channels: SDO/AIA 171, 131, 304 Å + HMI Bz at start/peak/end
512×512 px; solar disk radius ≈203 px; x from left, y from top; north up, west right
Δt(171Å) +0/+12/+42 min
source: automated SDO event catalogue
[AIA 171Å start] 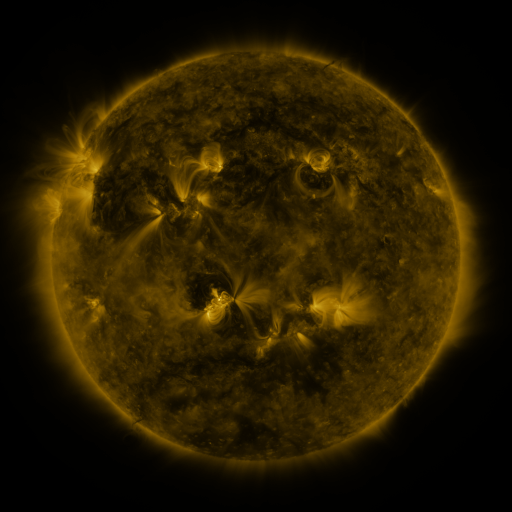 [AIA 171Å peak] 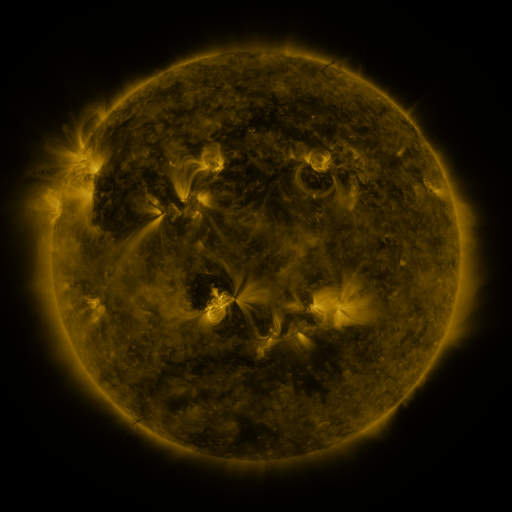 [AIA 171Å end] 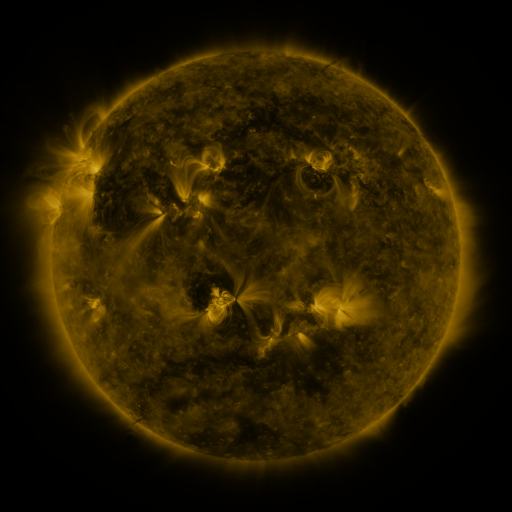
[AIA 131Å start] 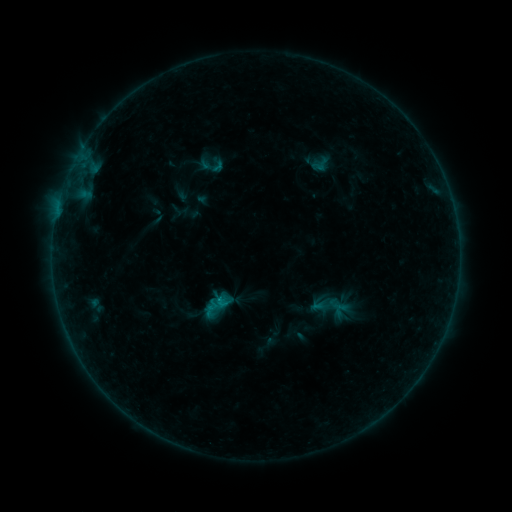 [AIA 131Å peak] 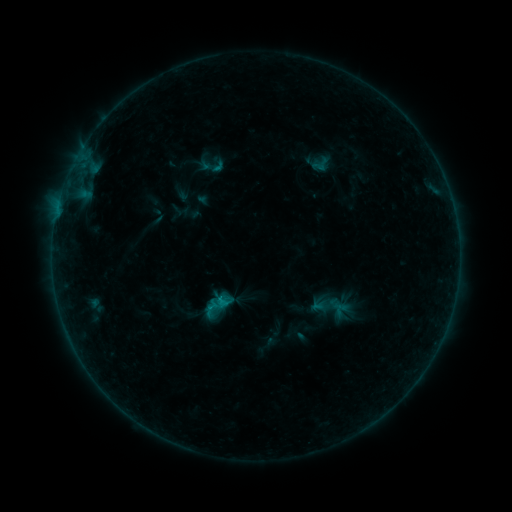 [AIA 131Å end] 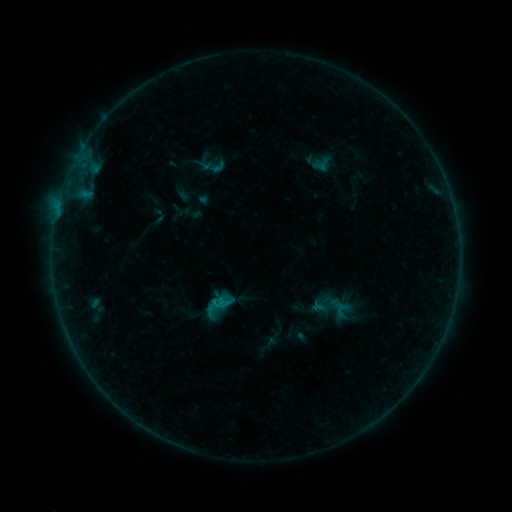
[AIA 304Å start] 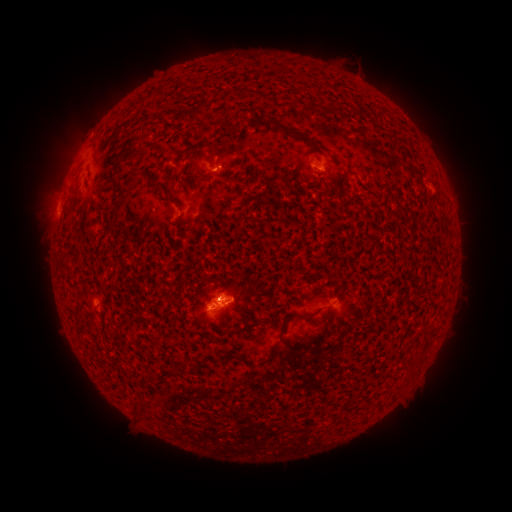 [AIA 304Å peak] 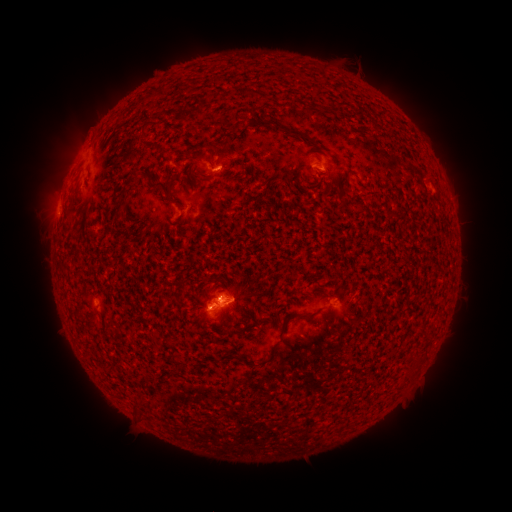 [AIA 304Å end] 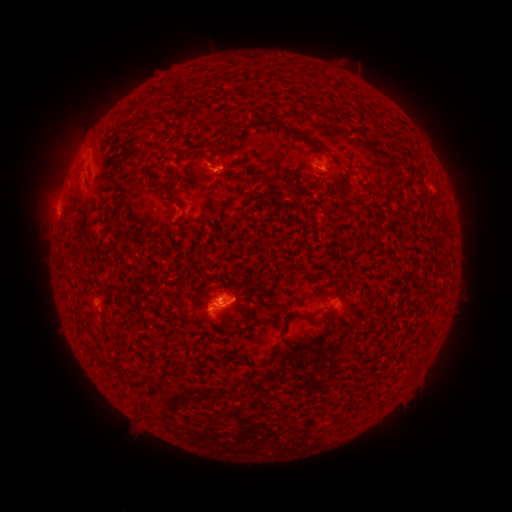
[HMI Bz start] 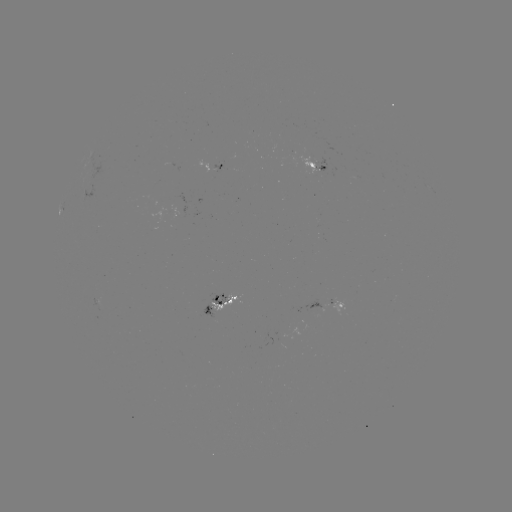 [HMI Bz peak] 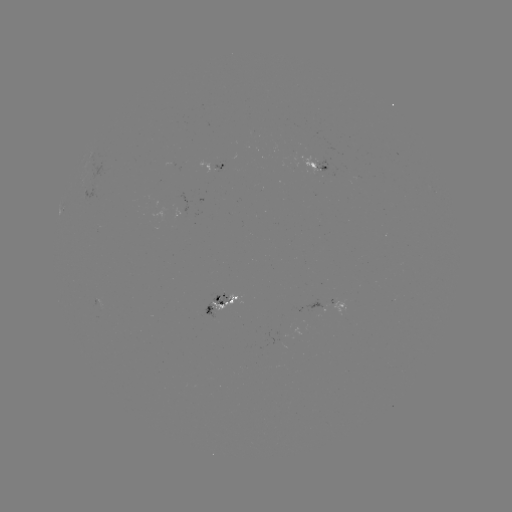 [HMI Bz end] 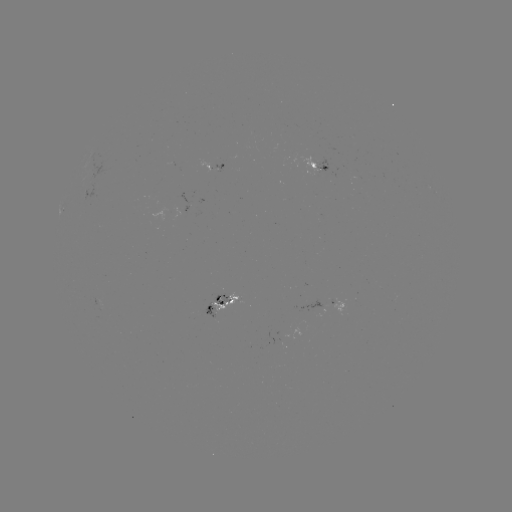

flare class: B3.2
